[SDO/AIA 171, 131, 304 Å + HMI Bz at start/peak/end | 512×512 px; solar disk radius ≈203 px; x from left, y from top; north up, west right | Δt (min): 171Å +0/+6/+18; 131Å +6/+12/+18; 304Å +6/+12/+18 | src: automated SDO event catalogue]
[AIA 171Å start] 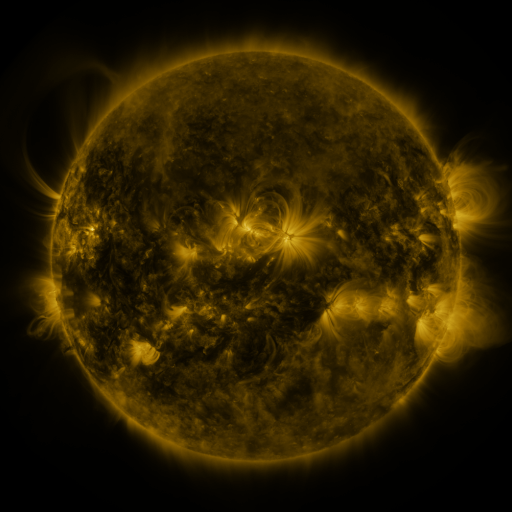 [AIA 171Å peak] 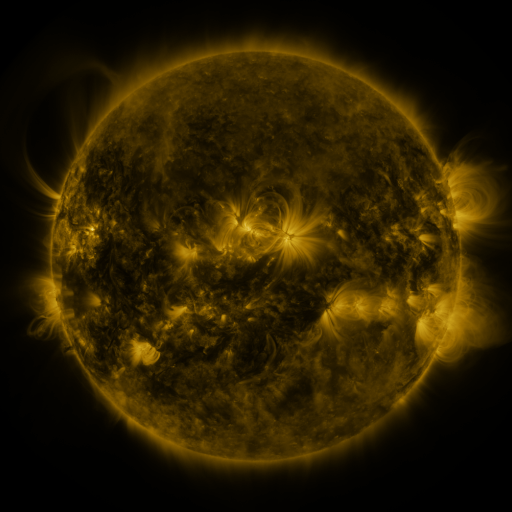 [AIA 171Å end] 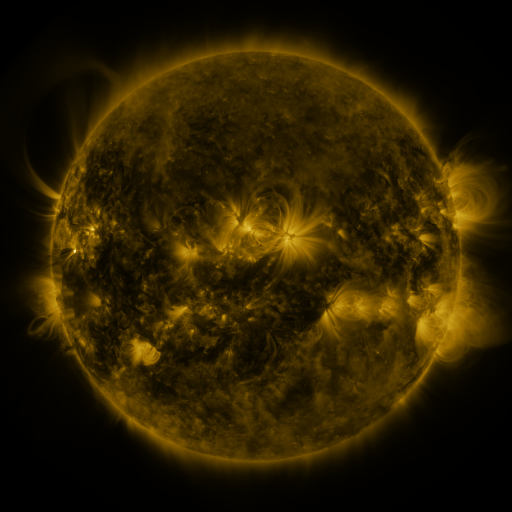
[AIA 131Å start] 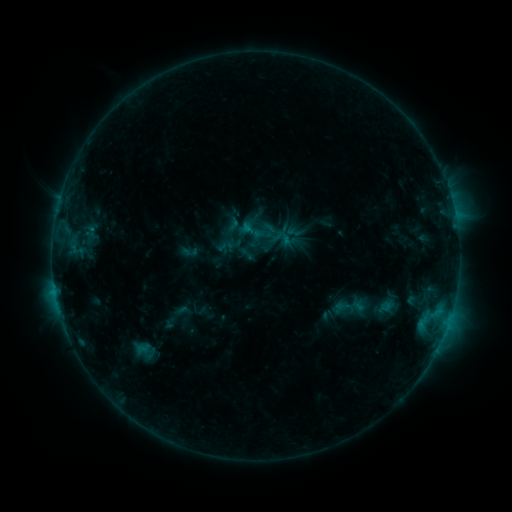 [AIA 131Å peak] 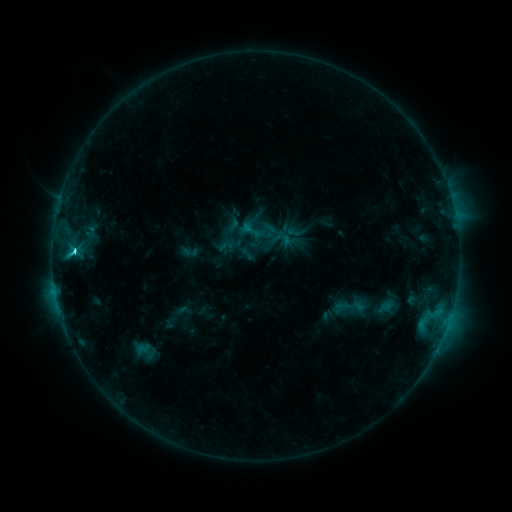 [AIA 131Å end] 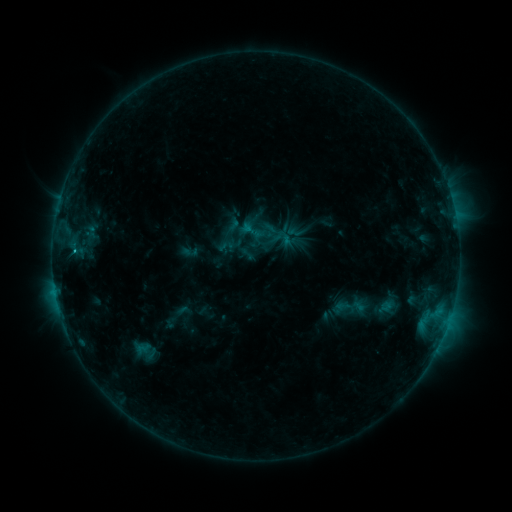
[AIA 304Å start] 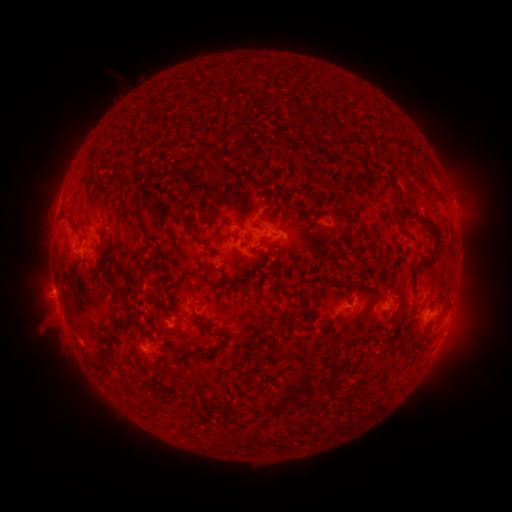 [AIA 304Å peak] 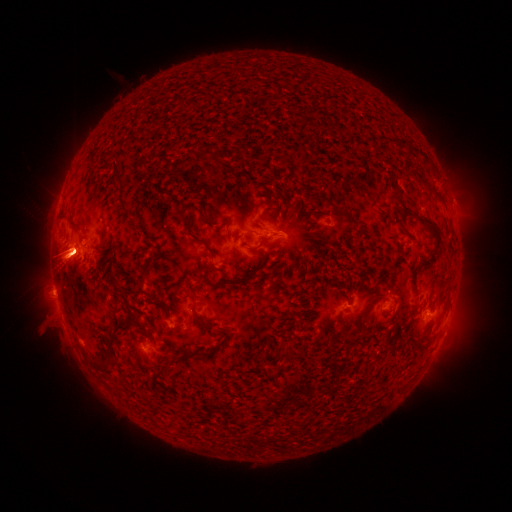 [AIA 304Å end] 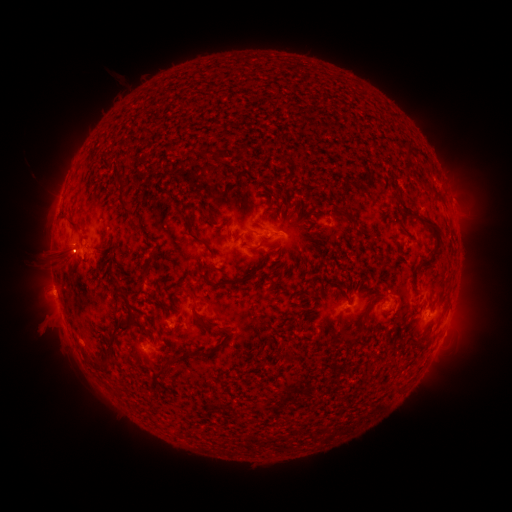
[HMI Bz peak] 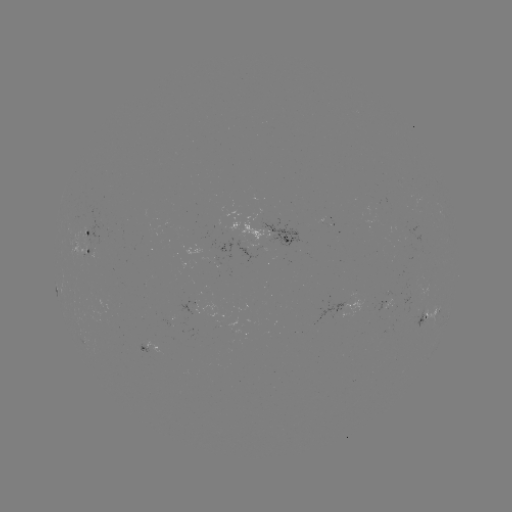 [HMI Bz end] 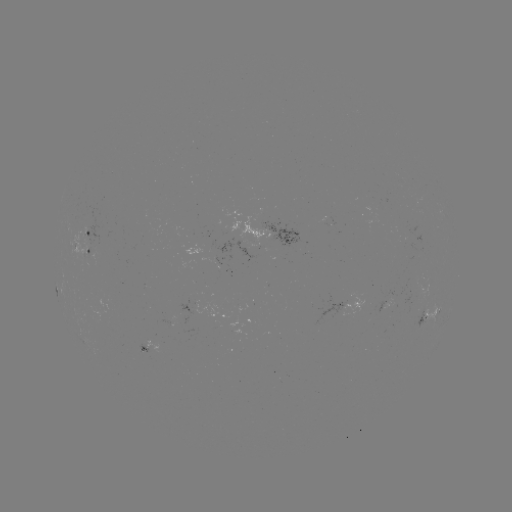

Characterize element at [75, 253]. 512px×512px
C3.4 flare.